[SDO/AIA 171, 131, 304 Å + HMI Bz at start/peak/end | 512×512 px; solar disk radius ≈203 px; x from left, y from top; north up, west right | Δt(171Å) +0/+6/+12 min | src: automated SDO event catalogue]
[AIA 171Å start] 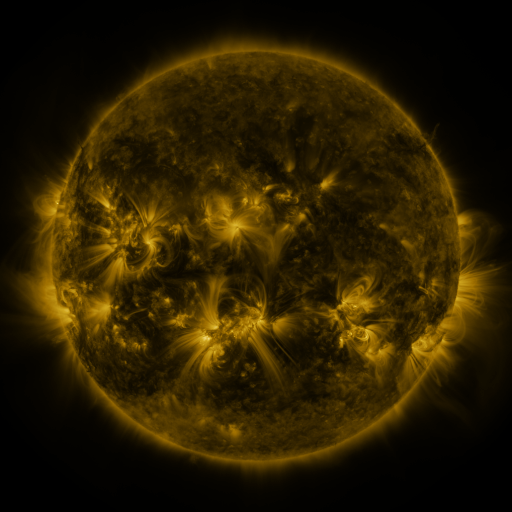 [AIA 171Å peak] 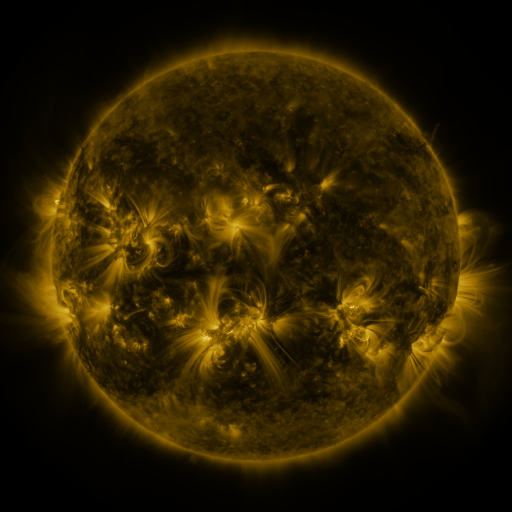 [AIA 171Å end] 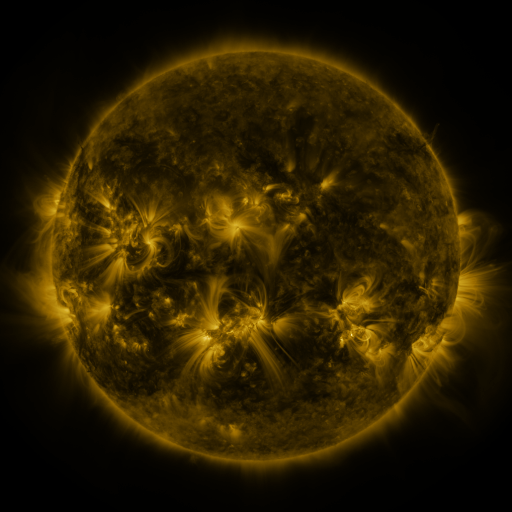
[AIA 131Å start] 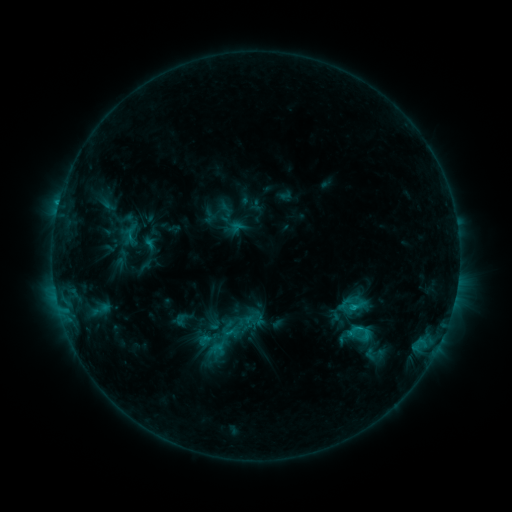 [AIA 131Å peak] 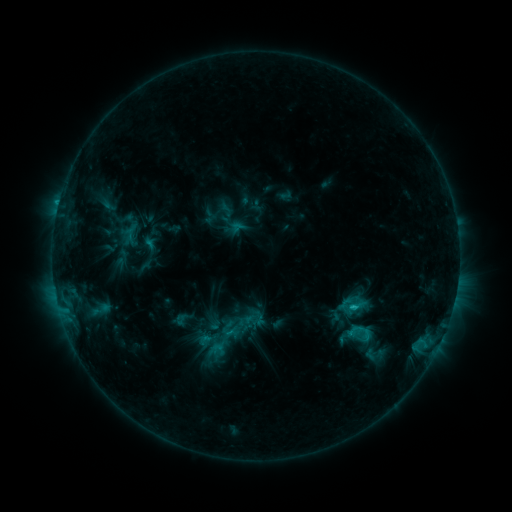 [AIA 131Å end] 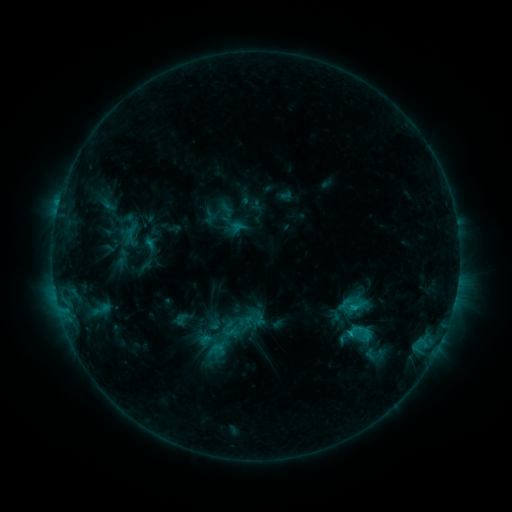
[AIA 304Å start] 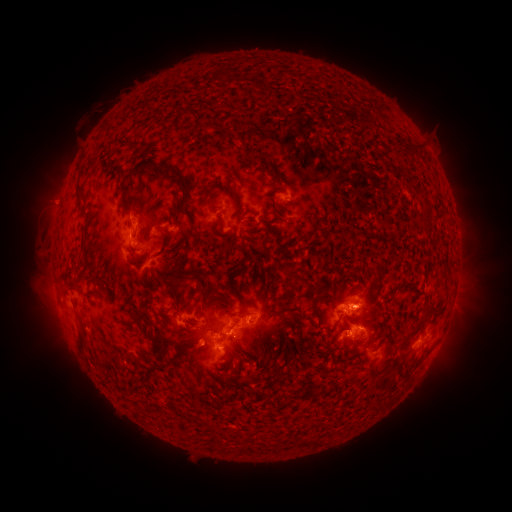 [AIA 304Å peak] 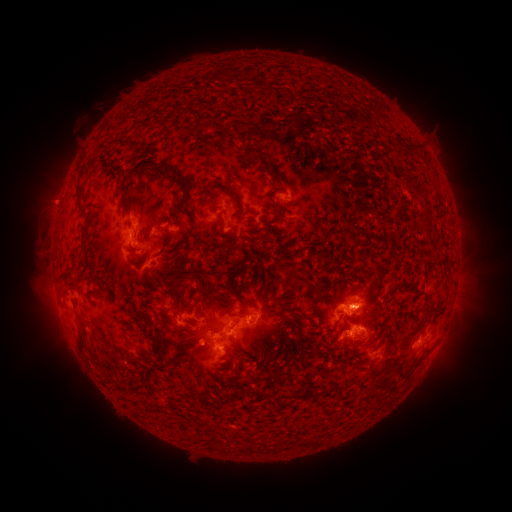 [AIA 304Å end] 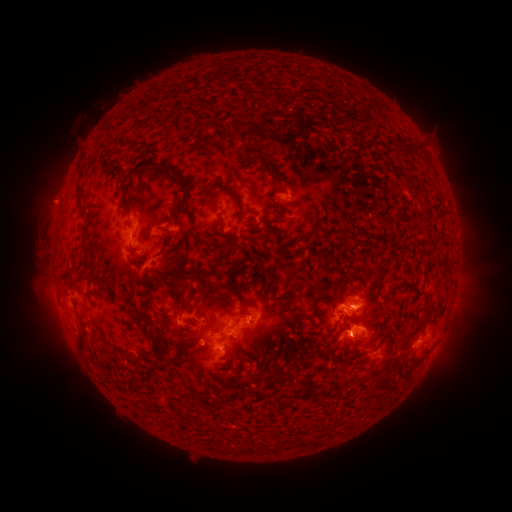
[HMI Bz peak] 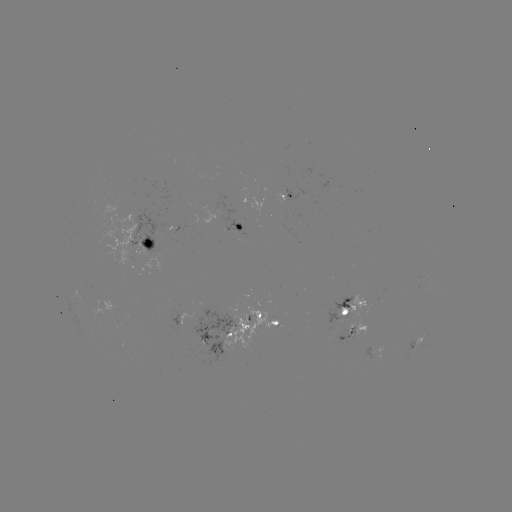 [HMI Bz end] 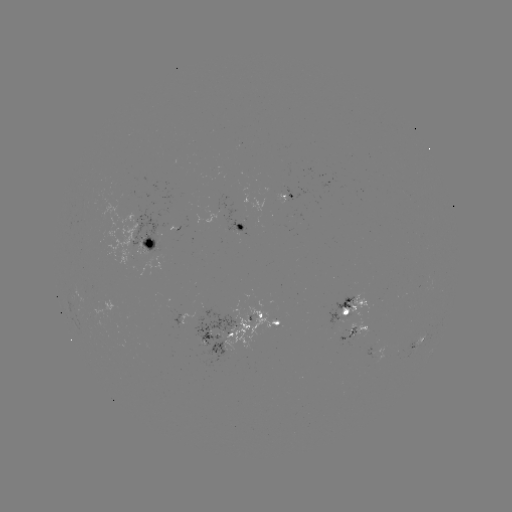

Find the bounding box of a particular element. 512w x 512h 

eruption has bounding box [22, 109, 112, 353].